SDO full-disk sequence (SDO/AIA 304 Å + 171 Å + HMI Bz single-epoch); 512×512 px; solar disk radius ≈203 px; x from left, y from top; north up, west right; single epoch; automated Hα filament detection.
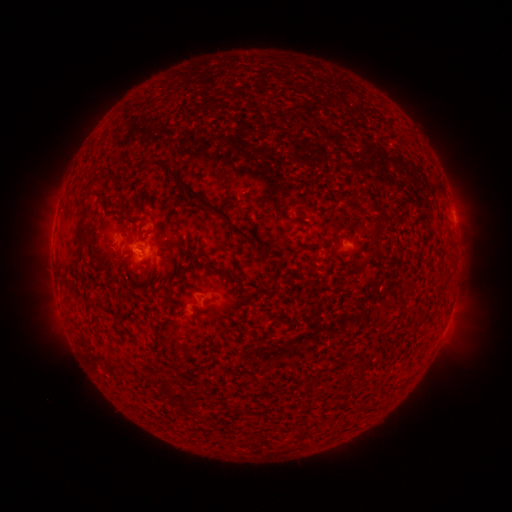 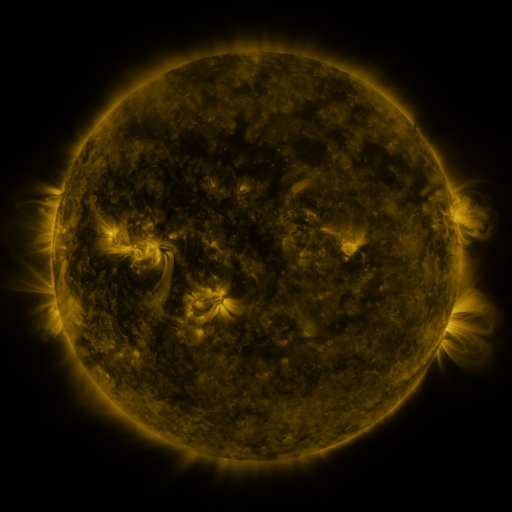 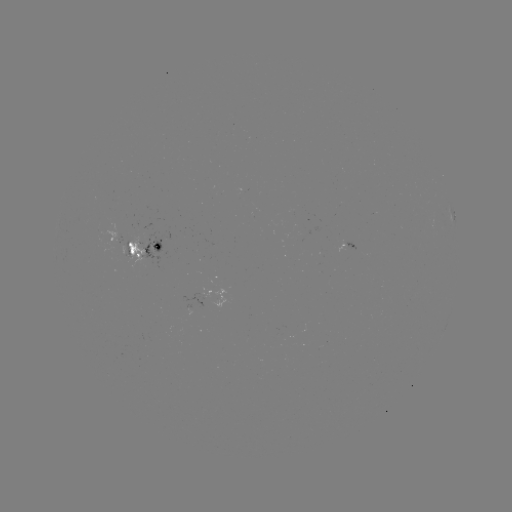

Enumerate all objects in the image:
filament: (188, 191)
filament: (441, 215)
filament: (376, 231)
filament: (240, 232)
filament: (78, 235)
filament: (131, 251)
filament: (362, 371)
filament: (167, 388)
